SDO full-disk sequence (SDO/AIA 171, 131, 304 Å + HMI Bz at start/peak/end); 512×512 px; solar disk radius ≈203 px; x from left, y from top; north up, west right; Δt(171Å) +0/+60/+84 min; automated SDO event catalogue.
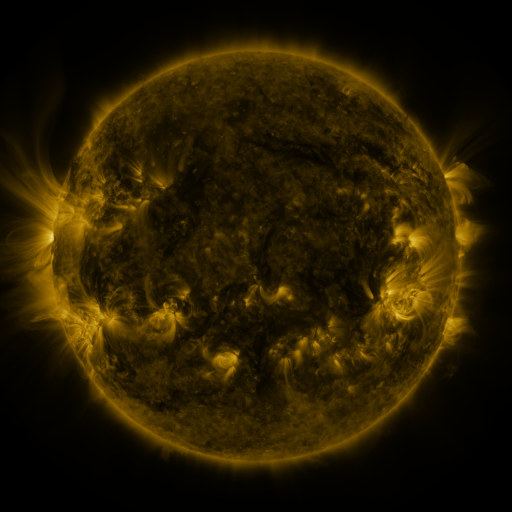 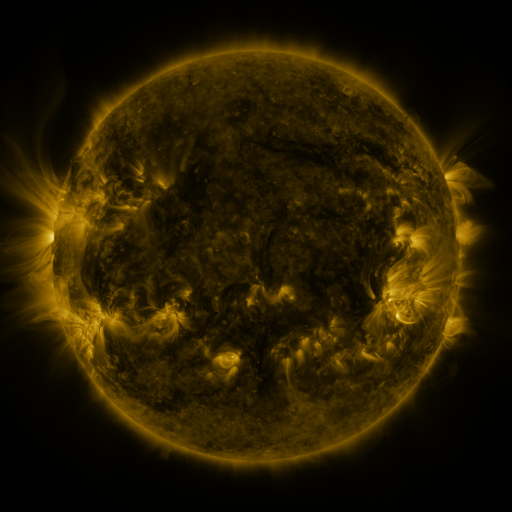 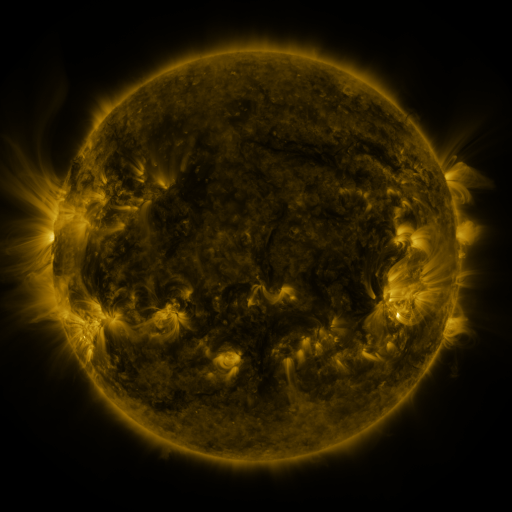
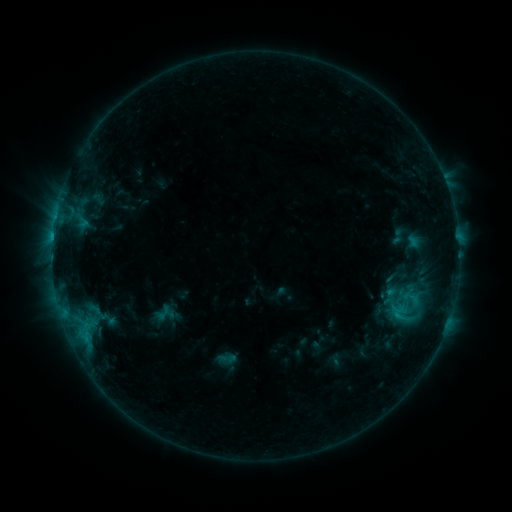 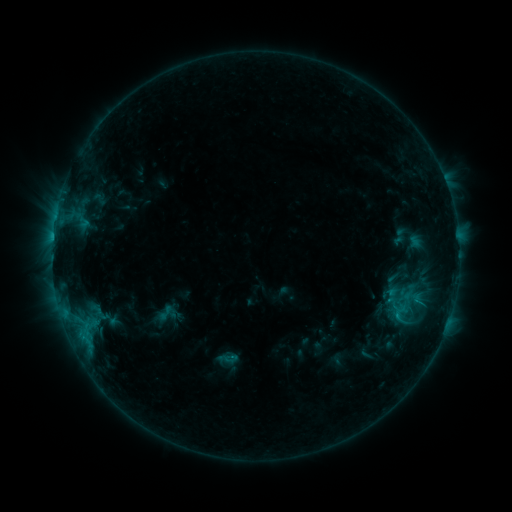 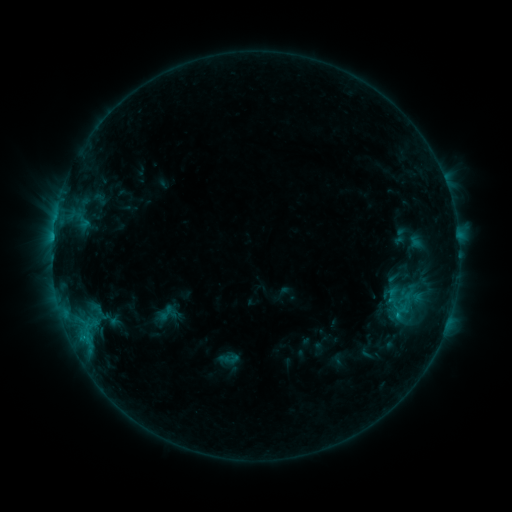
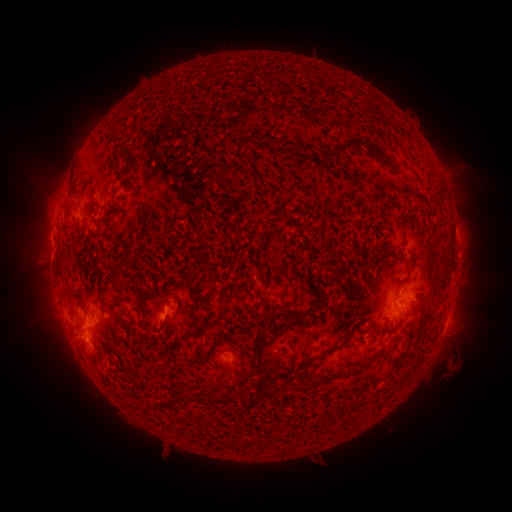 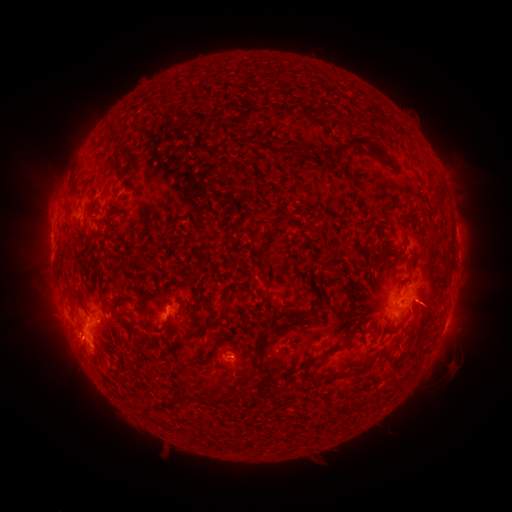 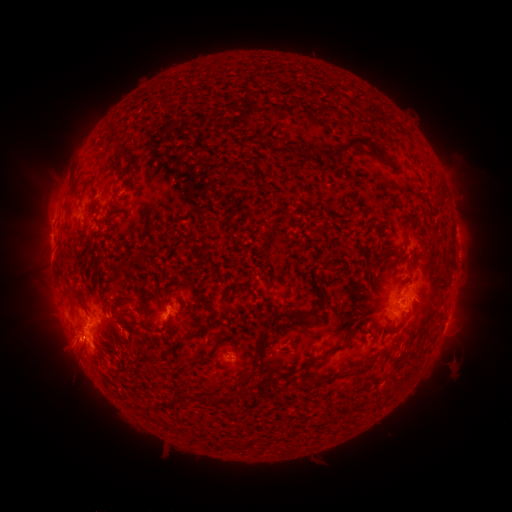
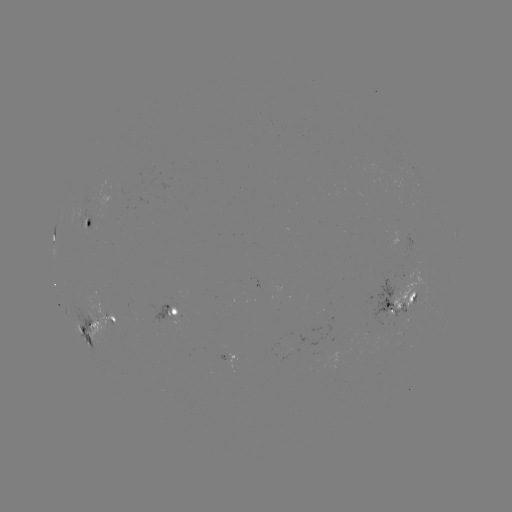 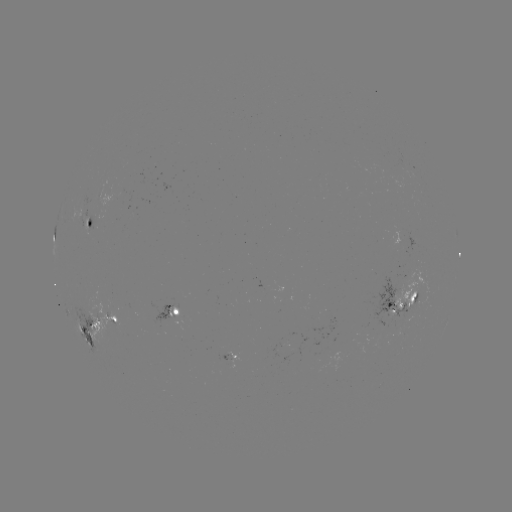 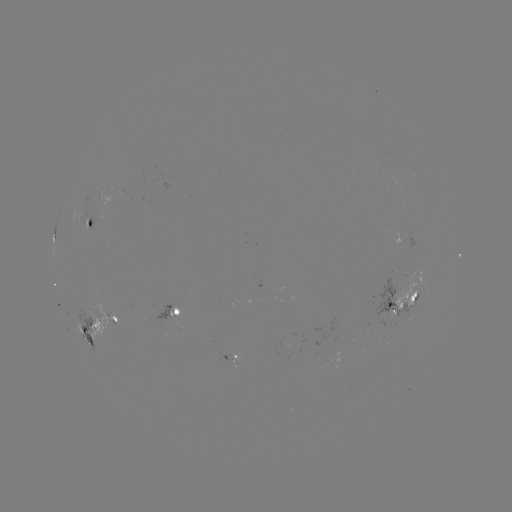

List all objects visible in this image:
emerging-flux region: (278, 346)
